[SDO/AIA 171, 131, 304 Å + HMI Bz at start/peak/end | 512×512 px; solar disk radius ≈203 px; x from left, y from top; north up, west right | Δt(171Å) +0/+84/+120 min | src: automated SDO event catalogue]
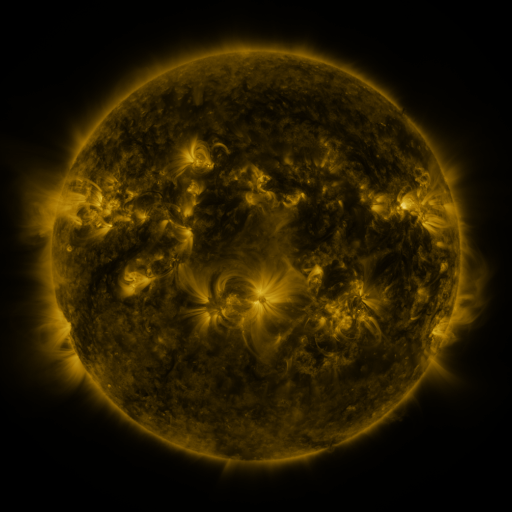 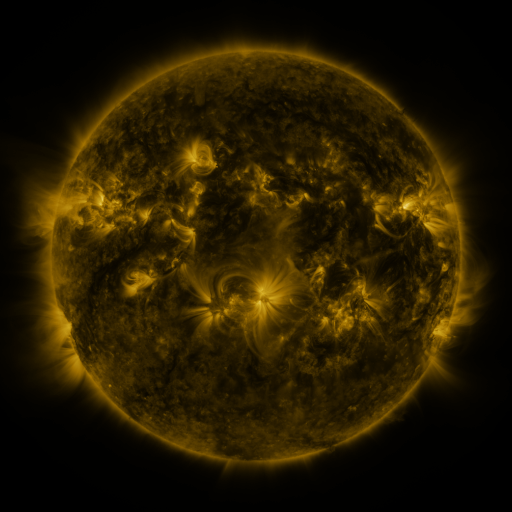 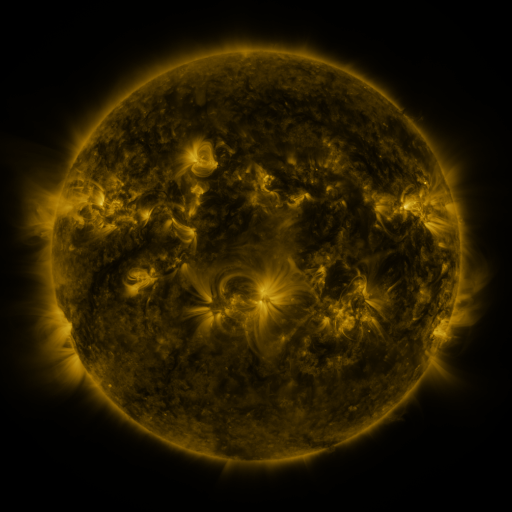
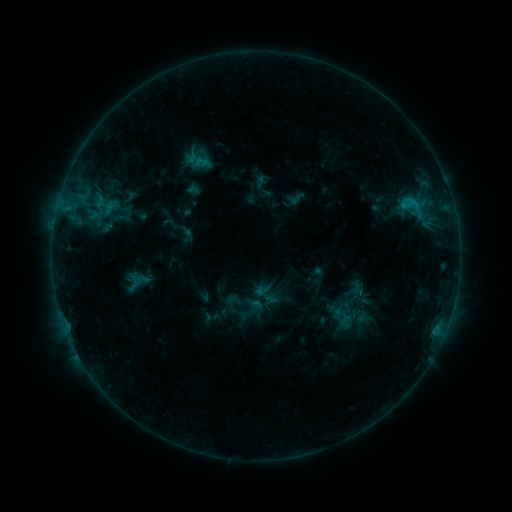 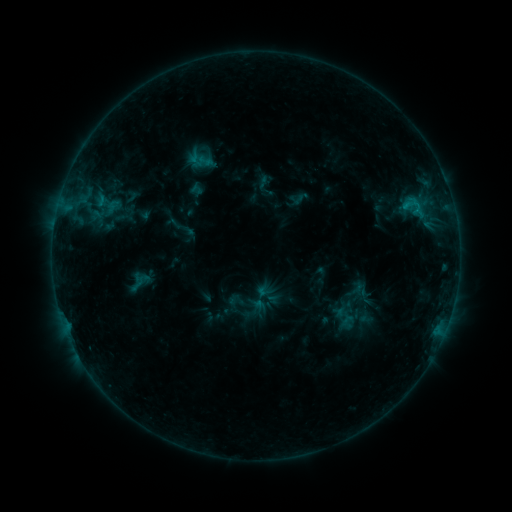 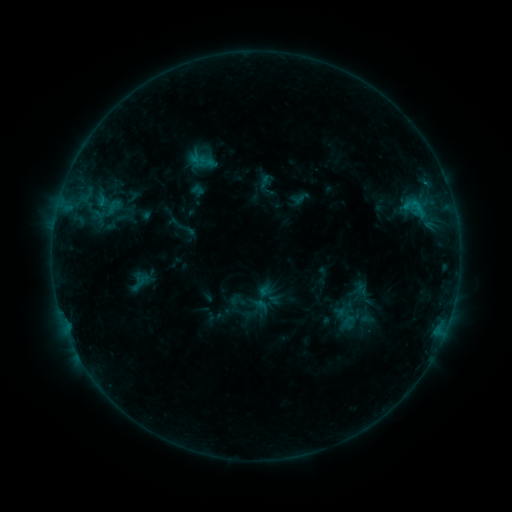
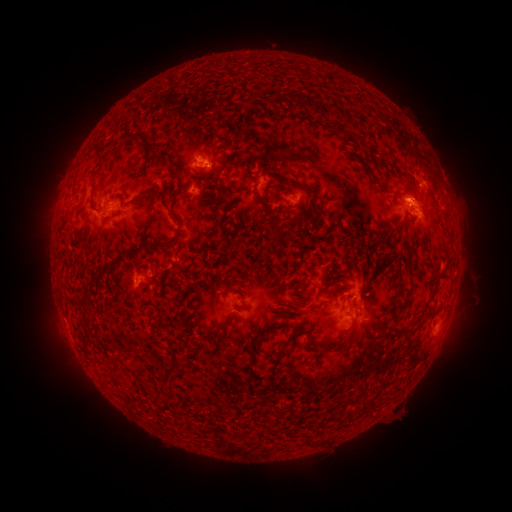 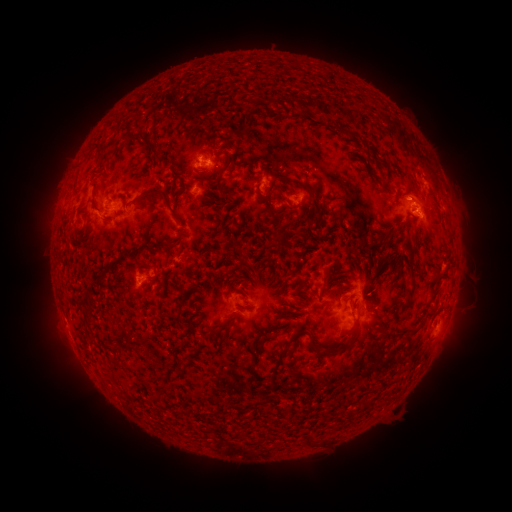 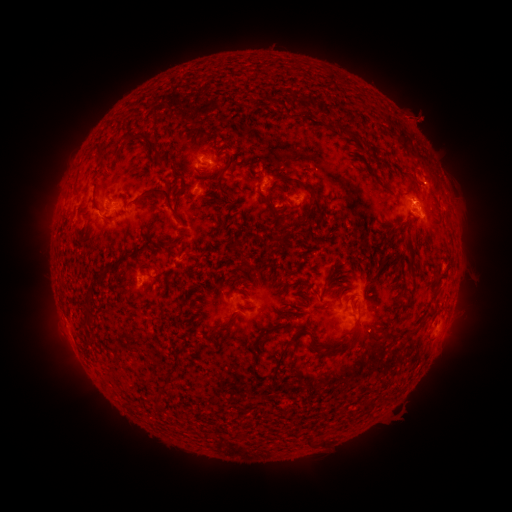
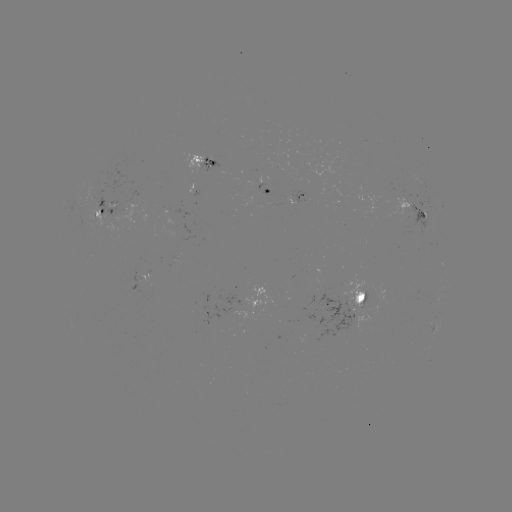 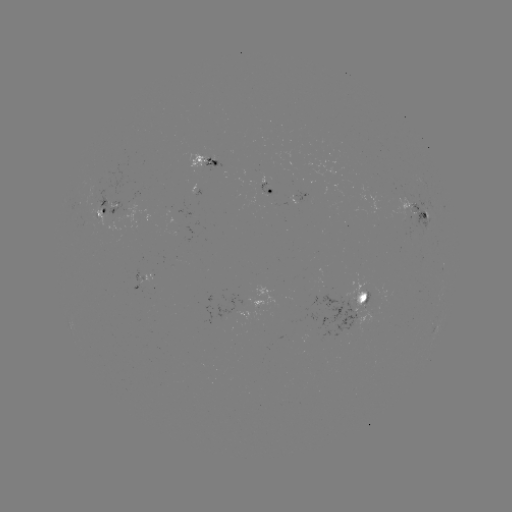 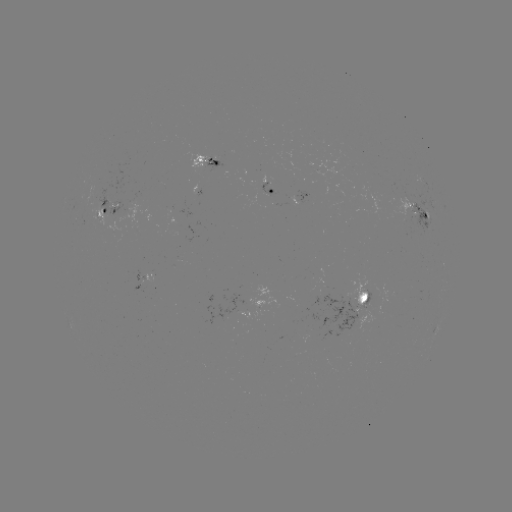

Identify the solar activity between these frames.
emerging-flux region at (404, 199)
